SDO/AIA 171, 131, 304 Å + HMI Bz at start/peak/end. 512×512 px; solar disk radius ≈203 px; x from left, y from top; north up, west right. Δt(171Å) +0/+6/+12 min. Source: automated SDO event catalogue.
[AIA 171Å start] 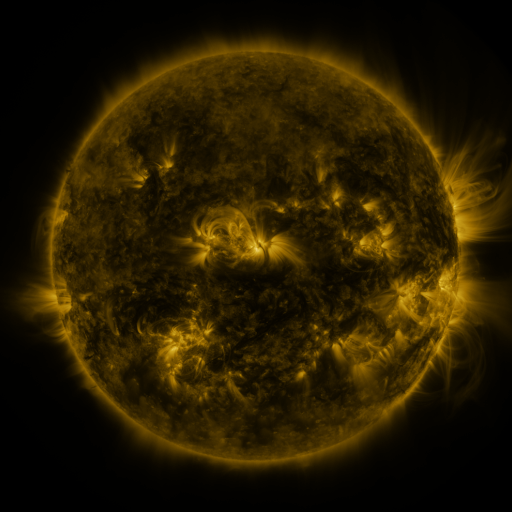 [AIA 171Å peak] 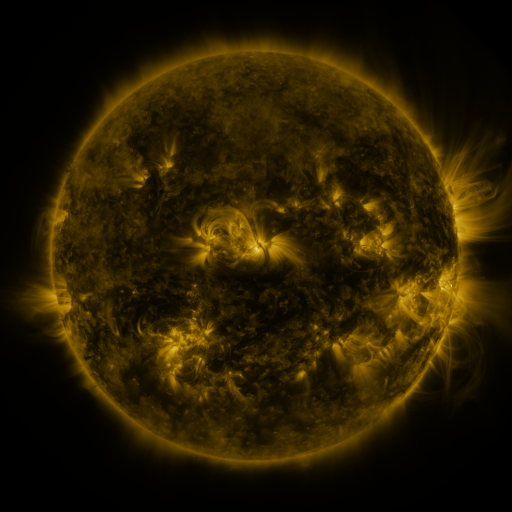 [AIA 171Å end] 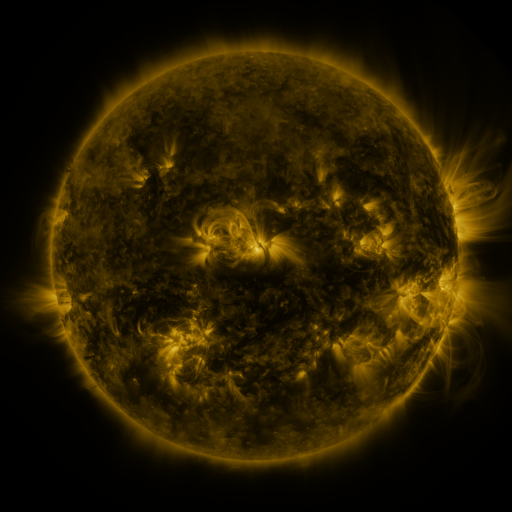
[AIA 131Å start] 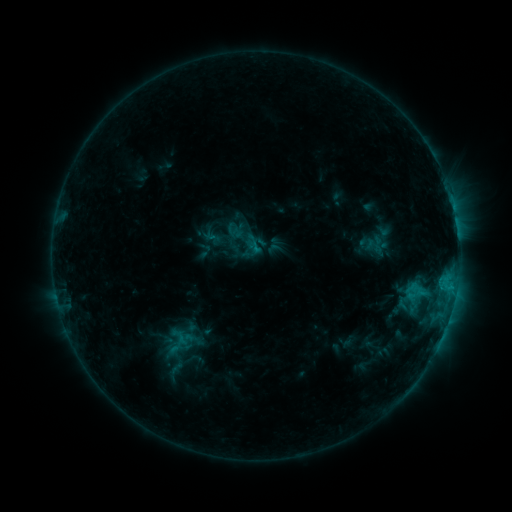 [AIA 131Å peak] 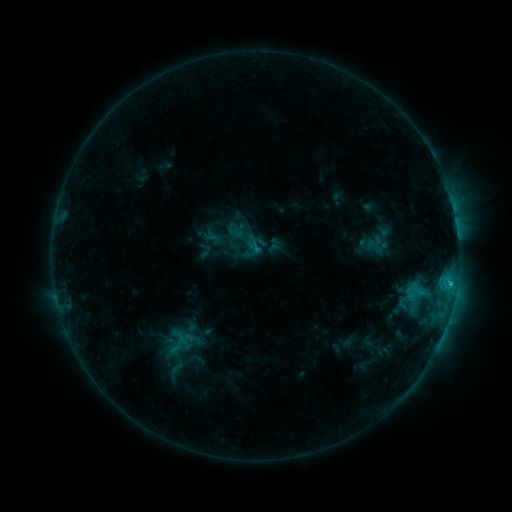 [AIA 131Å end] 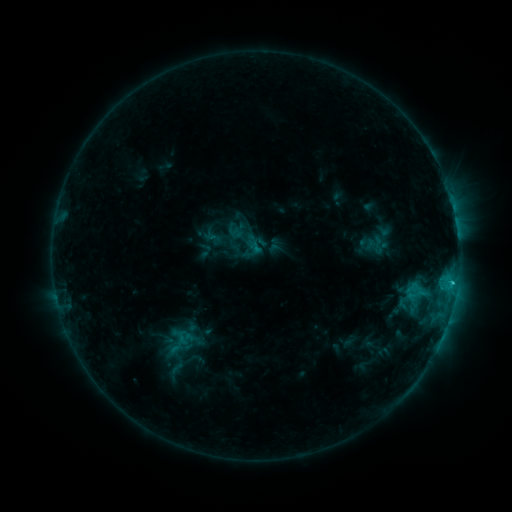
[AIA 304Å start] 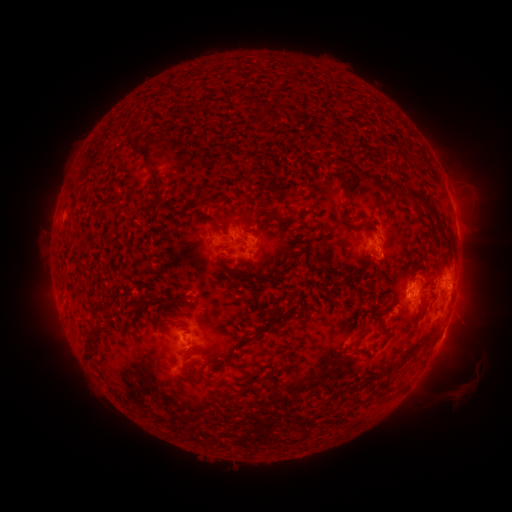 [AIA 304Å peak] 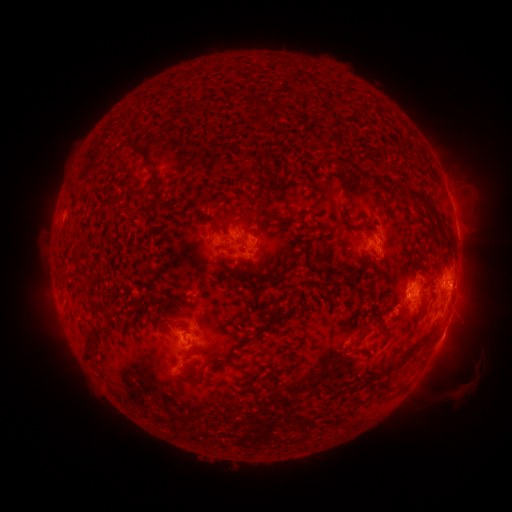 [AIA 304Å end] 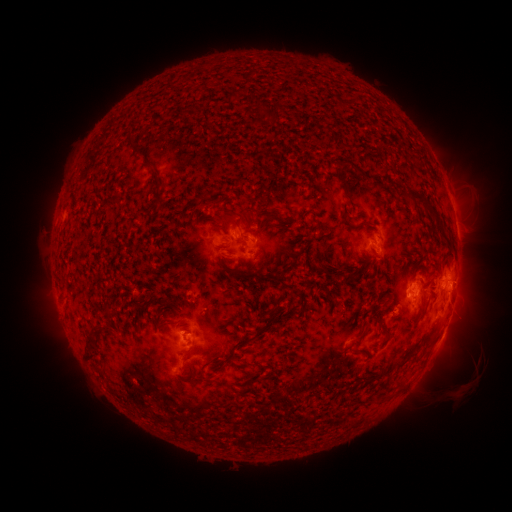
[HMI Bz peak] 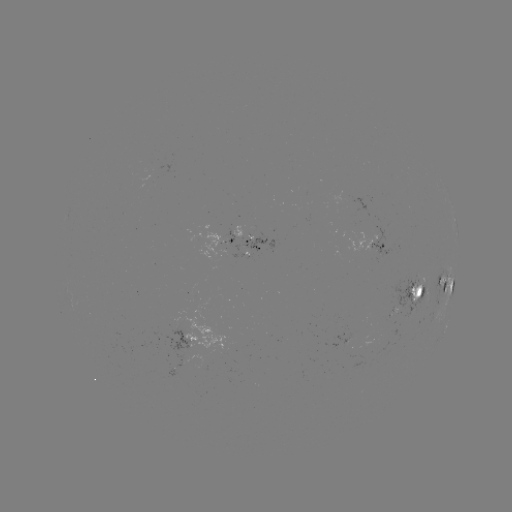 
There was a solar flare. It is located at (450, 281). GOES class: C1.7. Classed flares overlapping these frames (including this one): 1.